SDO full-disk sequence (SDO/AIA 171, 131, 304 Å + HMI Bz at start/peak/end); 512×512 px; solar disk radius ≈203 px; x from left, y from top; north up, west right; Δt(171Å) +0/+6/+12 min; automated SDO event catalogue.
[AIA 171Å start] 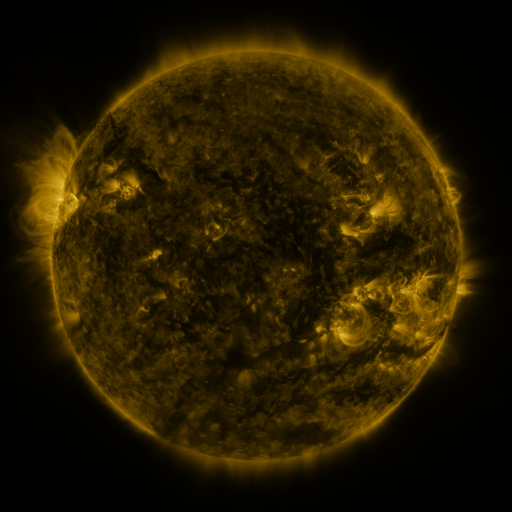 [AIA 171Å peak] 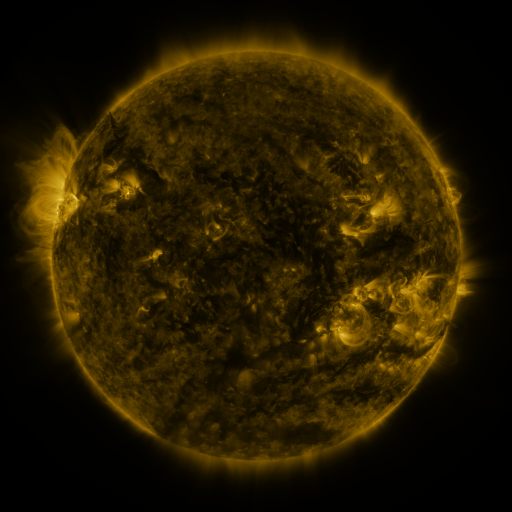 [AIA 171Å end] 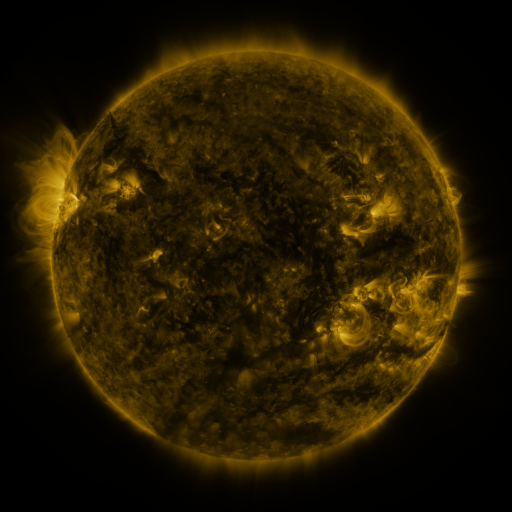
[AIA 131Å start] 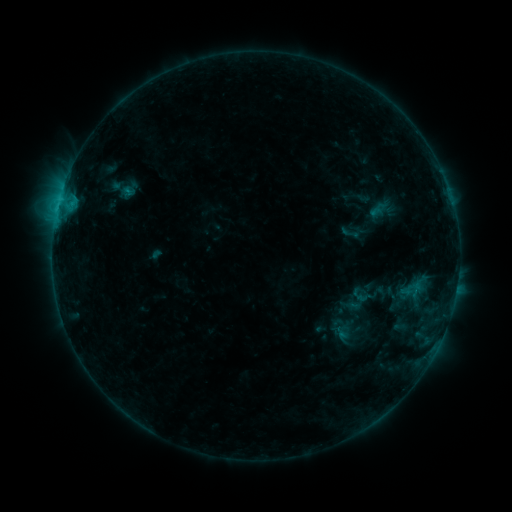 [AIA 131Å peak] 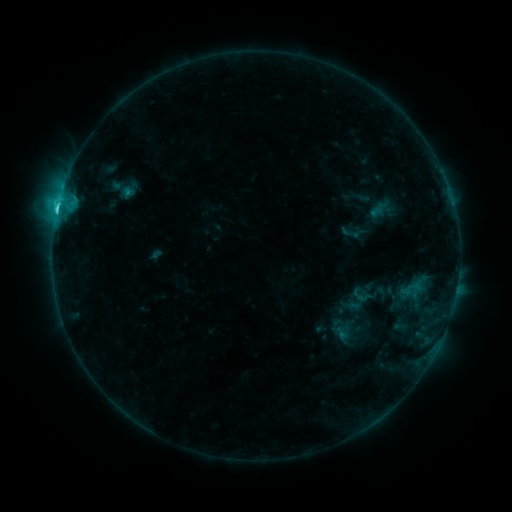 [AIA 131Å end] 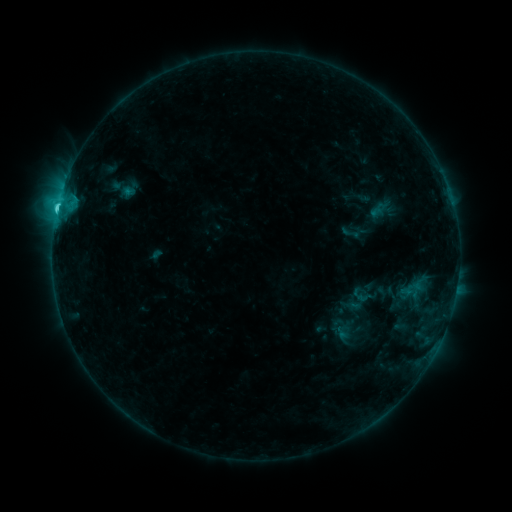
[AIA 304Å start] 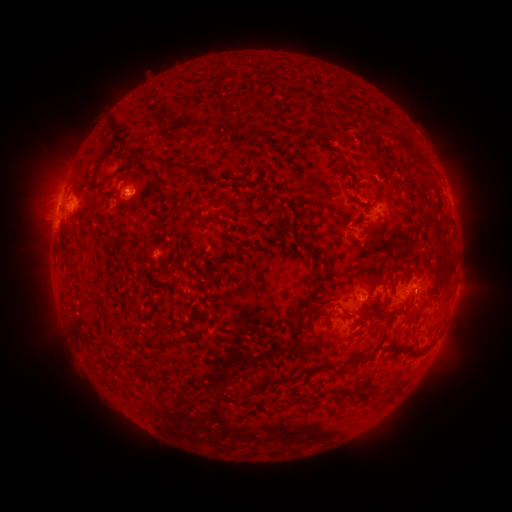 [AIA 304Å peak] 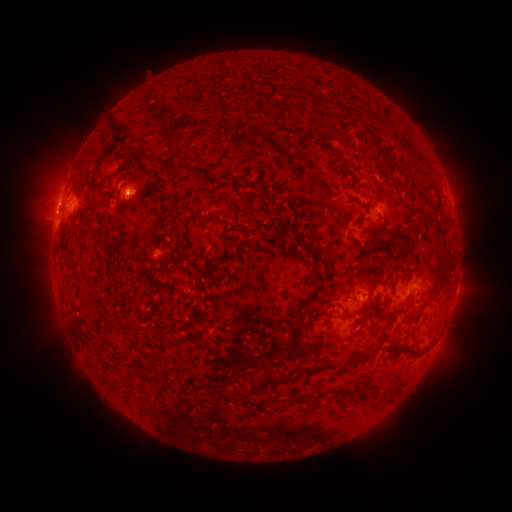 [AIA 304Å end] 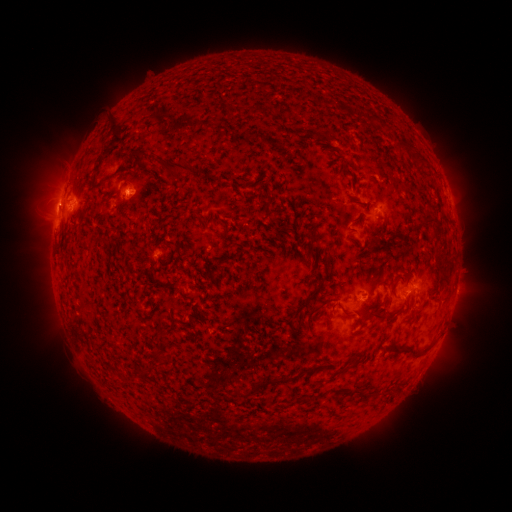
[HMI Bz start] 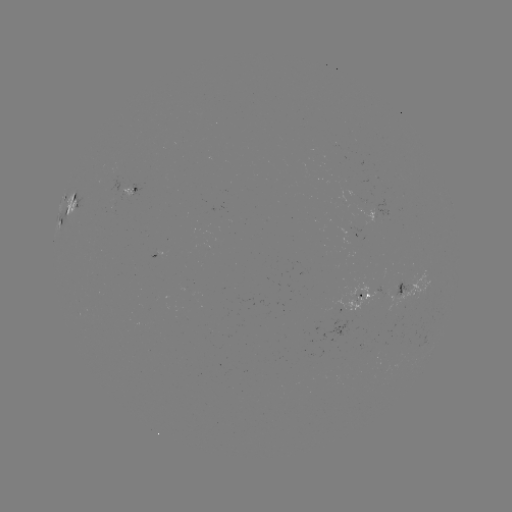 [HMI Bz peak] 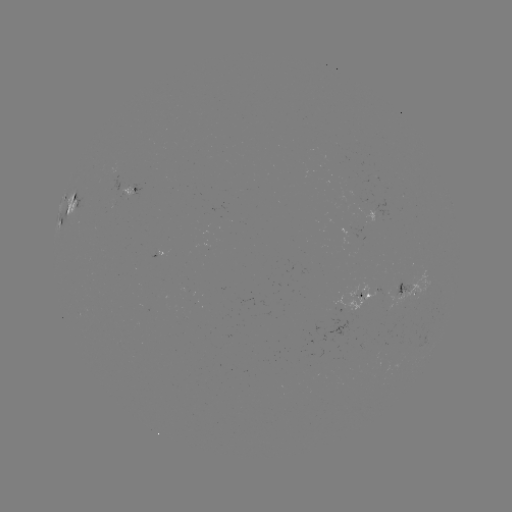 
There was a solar flare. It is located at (58, 214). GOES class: C2.9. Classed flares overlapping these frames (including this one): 1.